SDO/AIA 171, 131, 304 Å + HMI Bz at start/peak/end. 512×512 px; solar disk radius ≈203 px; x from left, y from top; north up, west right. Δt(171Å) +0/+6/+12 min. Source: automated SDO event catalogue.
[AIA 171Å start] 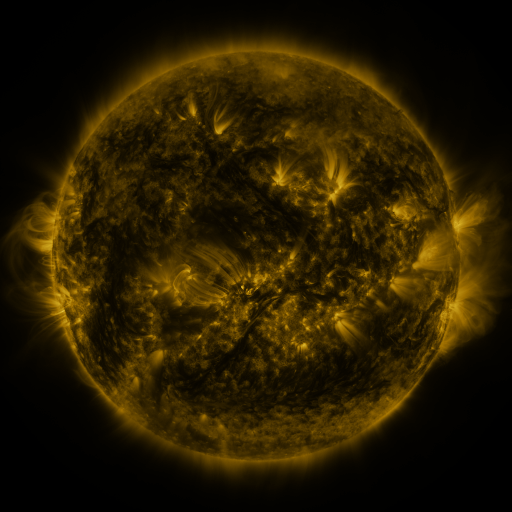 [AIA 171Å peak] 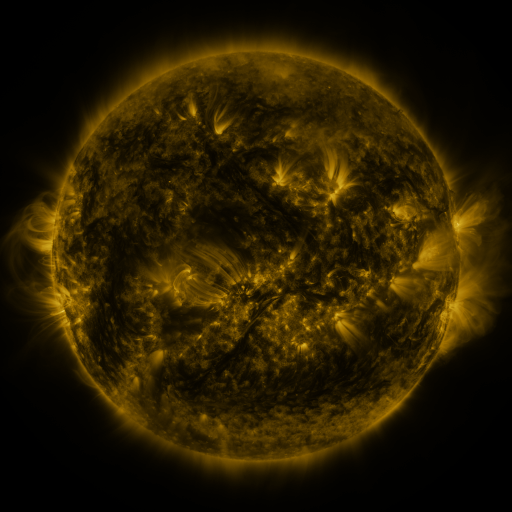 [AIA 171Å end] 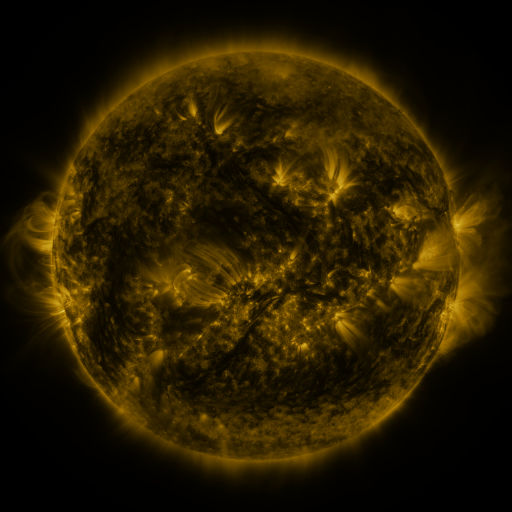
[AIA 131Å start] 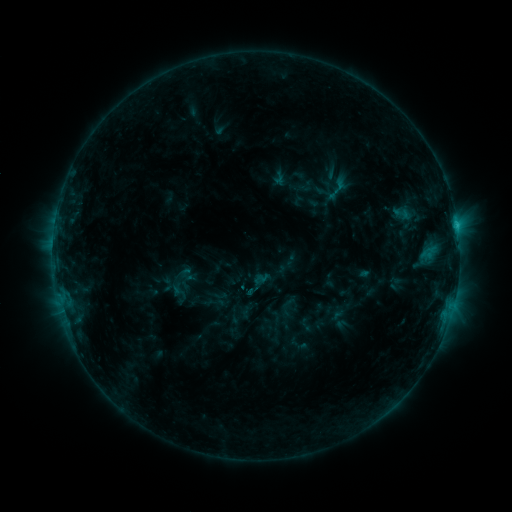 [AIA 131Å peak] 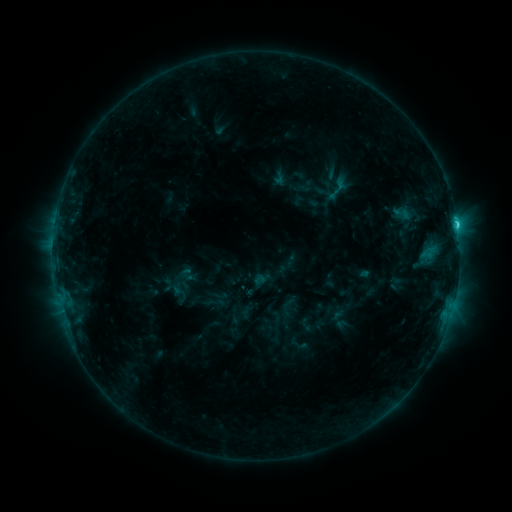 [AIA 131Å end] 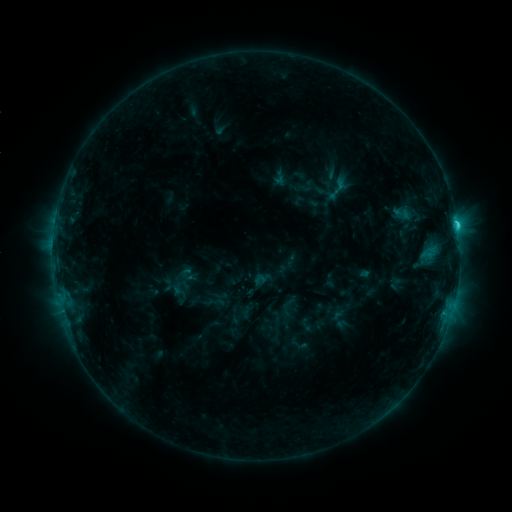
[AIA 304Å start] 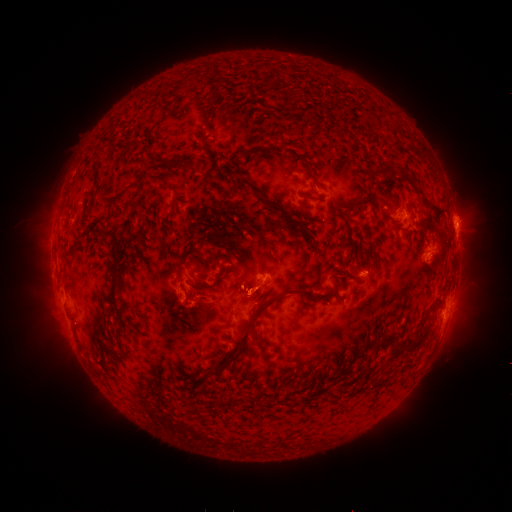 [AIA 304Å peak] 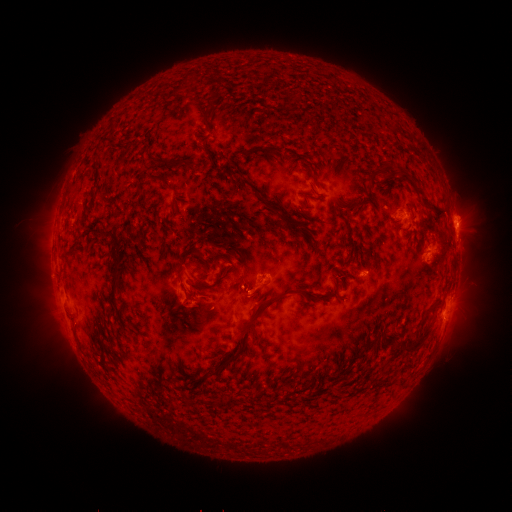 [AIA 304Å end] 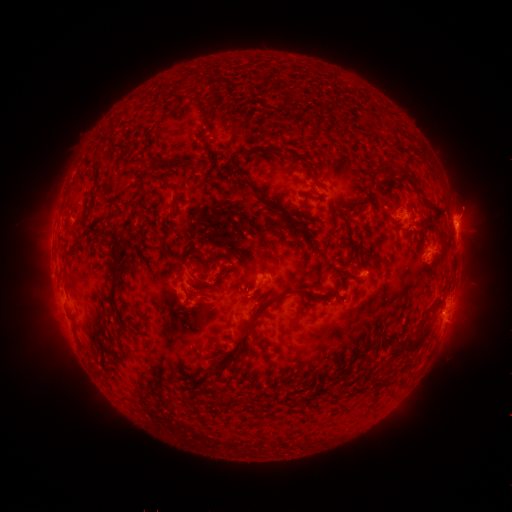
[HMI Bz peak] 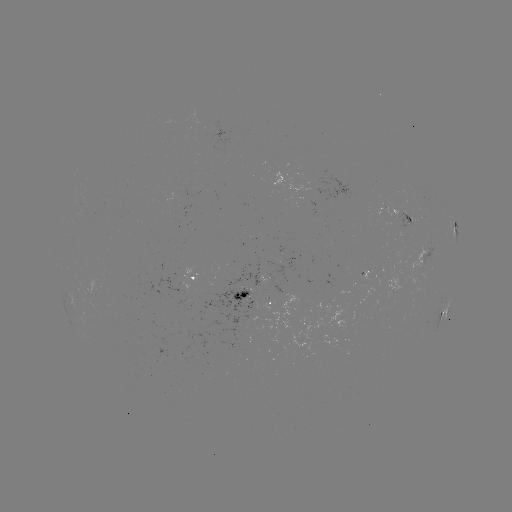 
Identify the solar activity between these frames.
C1.7 flare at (457, 227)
